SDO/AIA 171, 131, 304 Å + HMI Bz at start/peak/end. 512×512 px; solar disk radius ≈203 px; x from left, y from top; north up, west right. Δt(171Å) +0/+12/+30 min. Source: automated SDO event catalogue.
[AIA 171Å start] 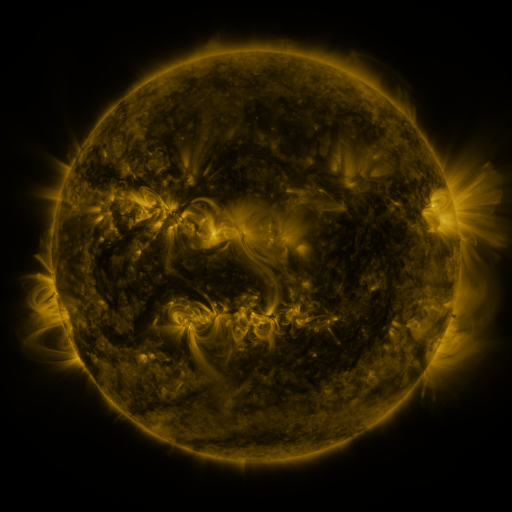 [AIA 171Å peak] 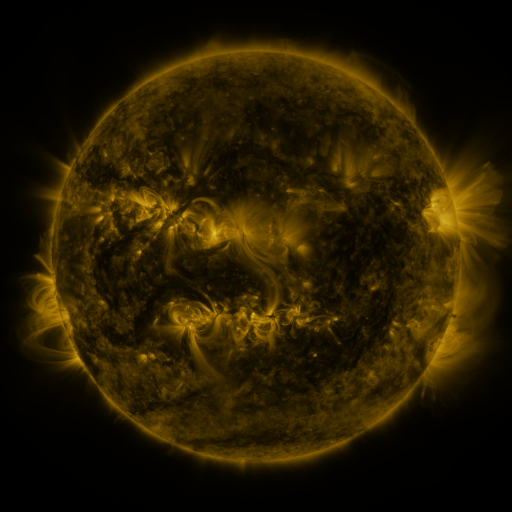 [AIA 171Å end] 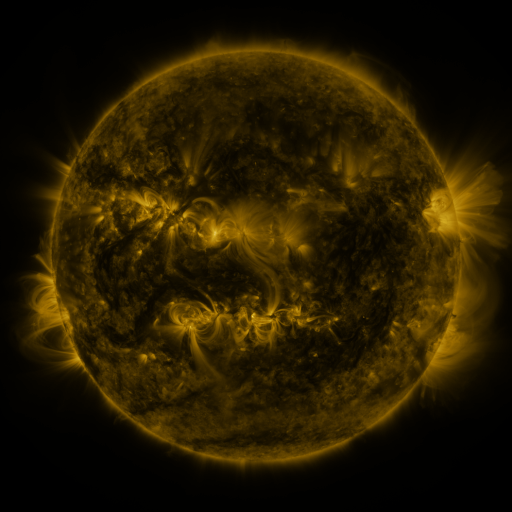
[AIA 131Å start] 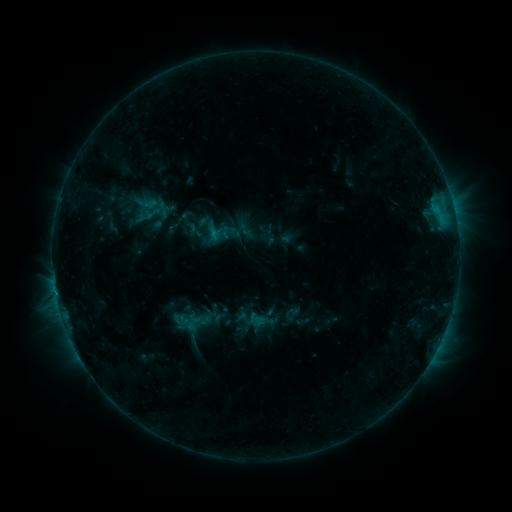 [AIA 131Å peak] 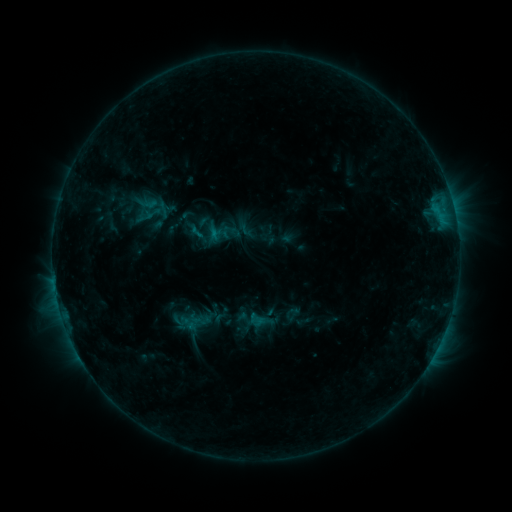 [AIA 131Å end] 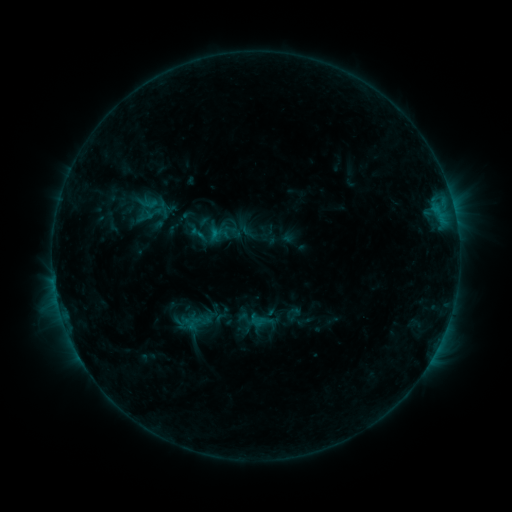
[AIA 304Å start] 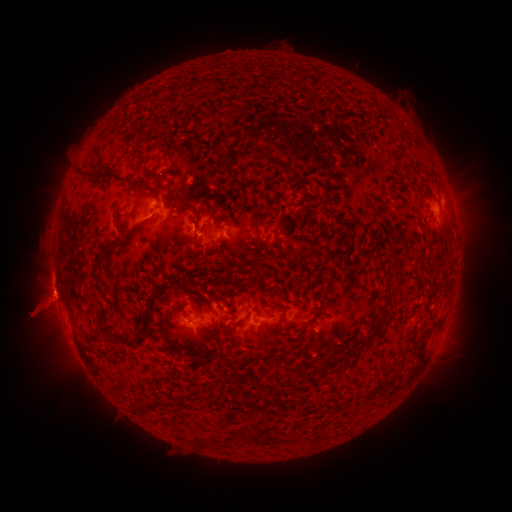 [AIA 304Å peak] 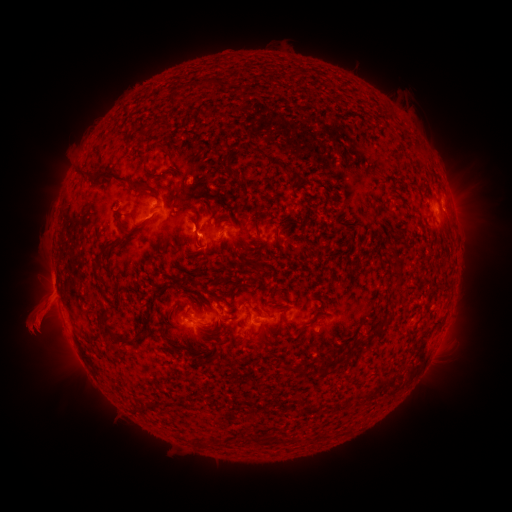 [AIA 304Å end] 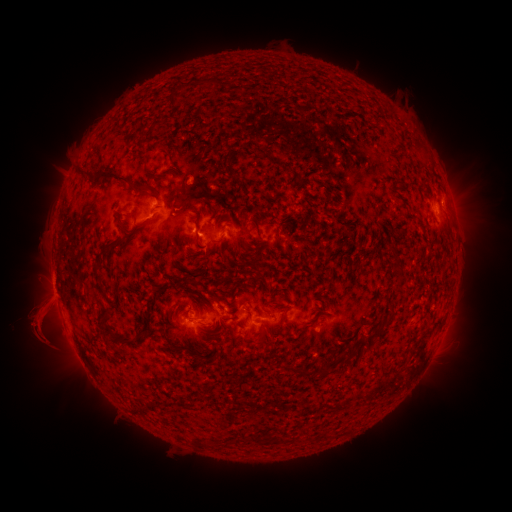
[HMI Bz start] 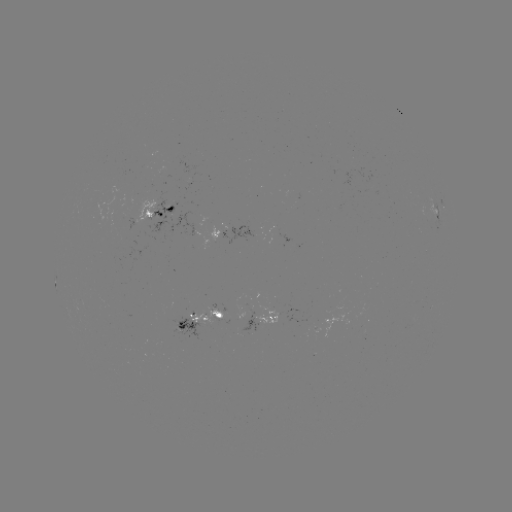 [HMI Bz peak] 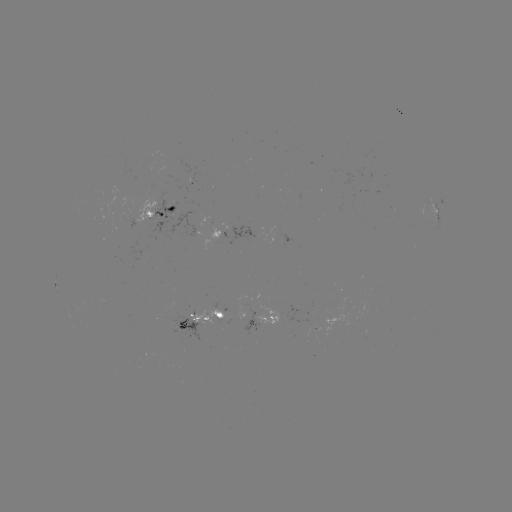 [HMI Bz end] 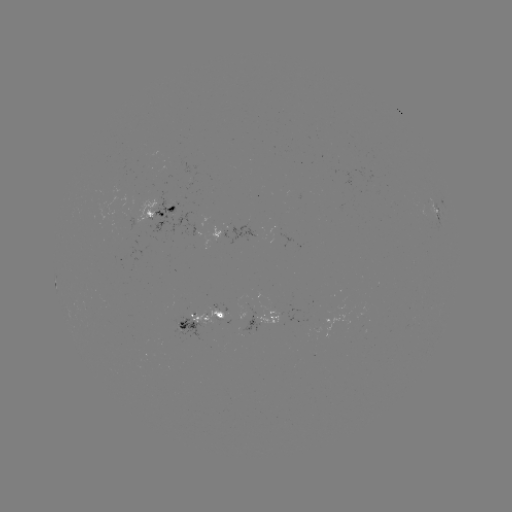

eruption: (1, 262, 67, 384)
